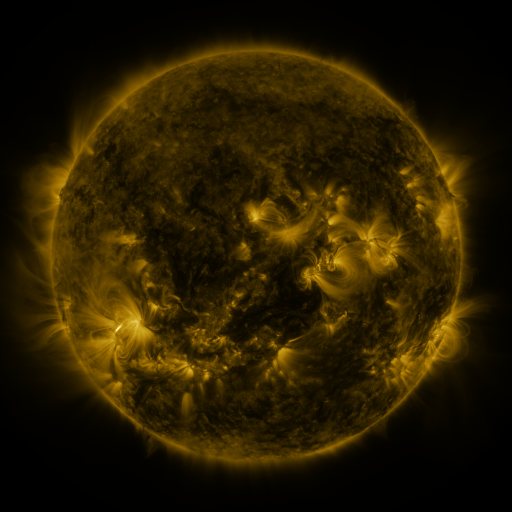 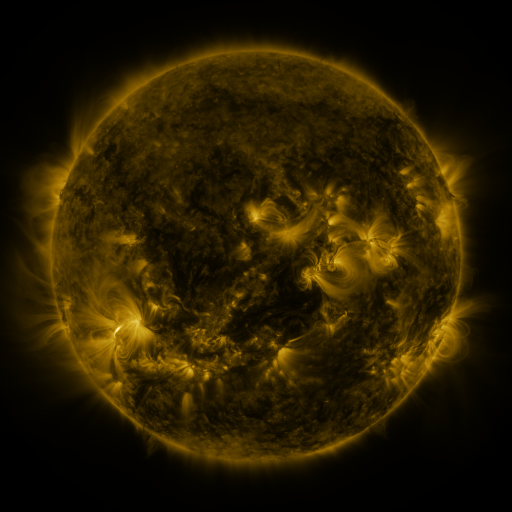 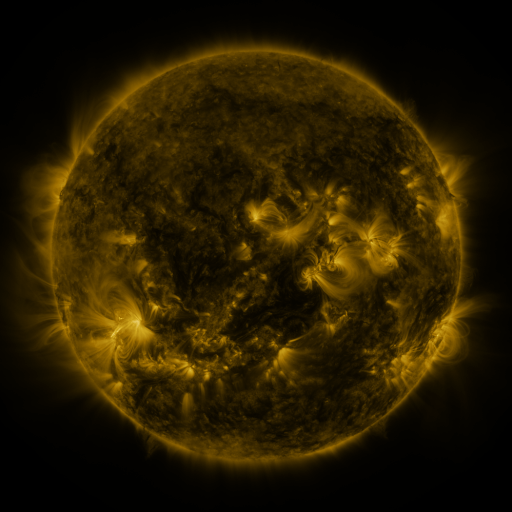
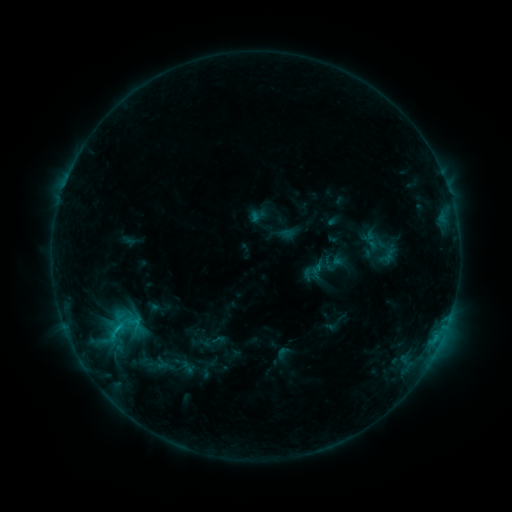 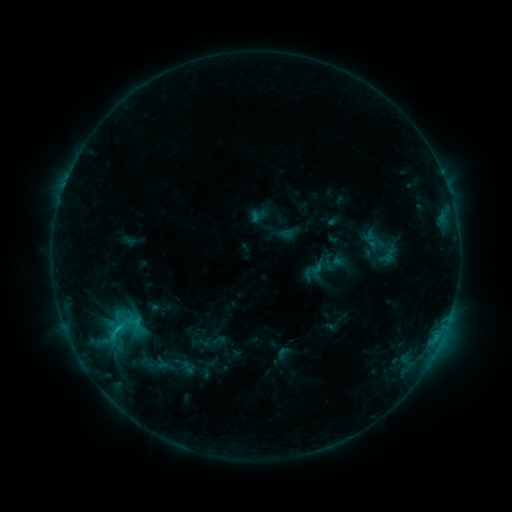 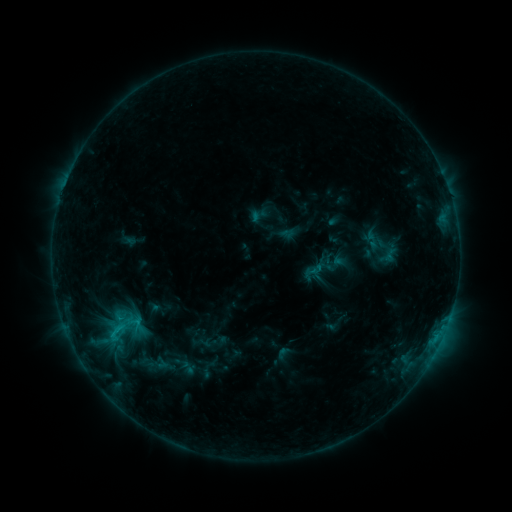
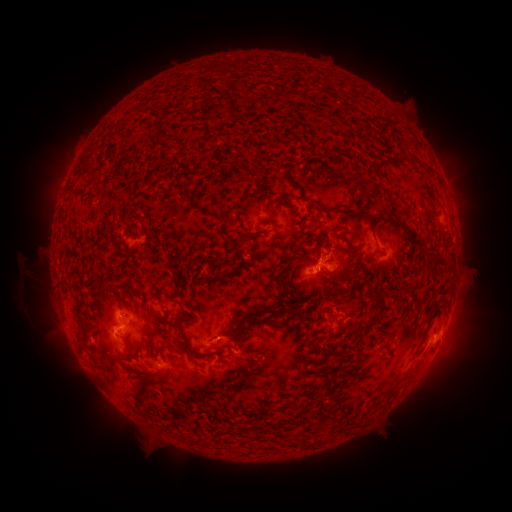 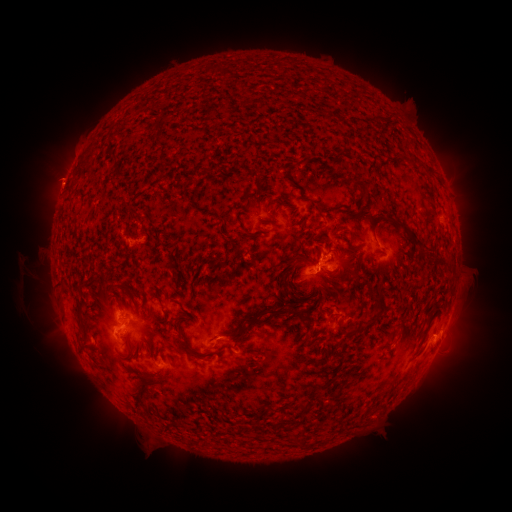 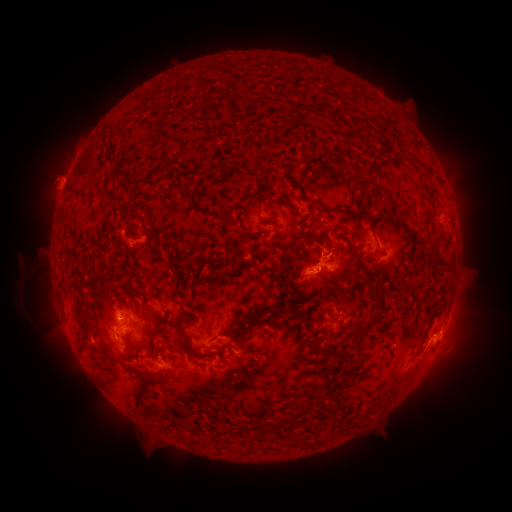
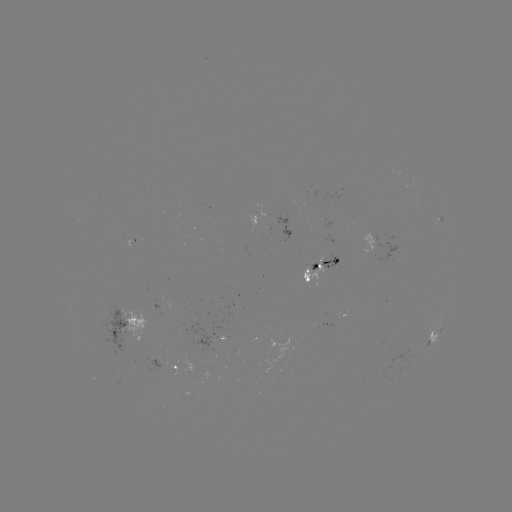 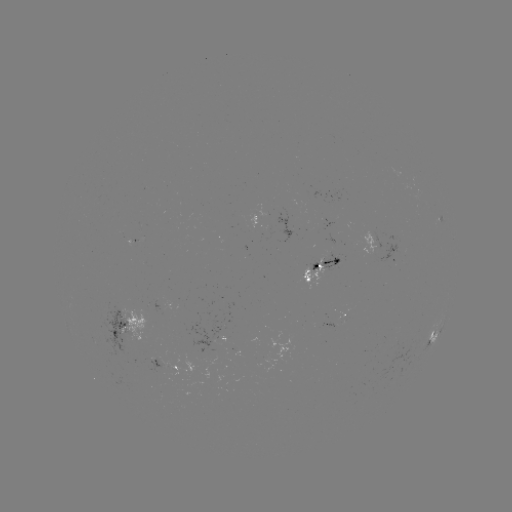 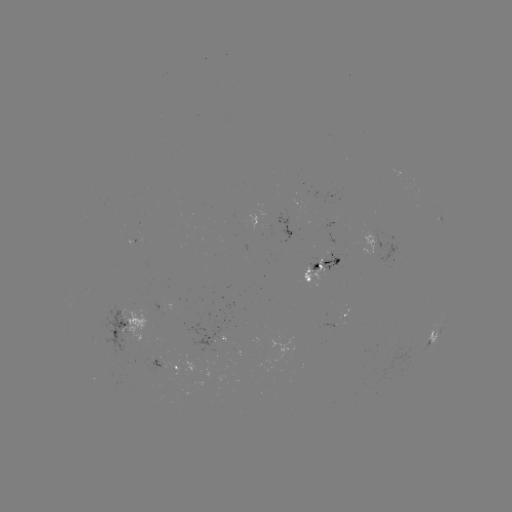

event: eruption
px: (57, 180)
